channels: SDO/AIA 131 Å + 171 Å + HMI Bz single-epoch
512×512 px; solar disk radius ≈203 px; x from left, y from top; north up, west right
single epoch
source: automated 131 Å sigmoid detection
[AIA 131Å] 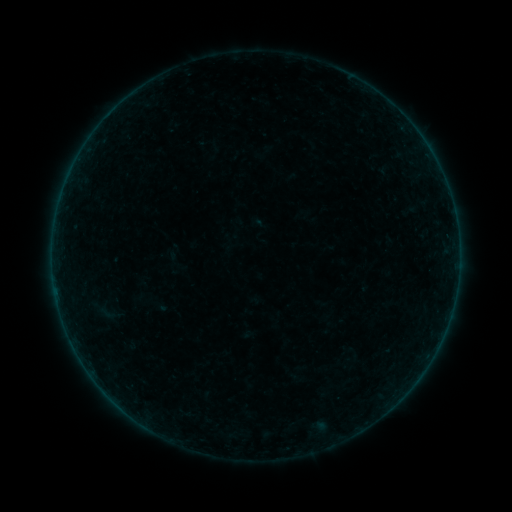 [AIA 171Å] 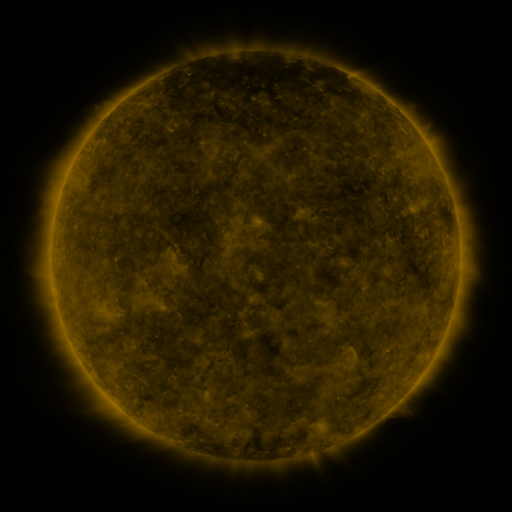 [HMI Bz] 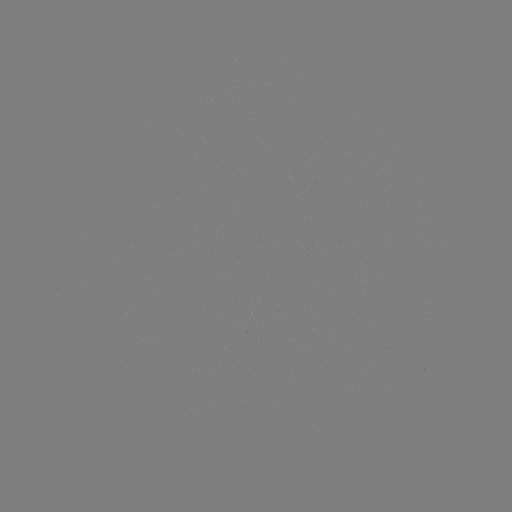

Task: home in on sigmoid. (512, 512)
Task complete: (106, 313).